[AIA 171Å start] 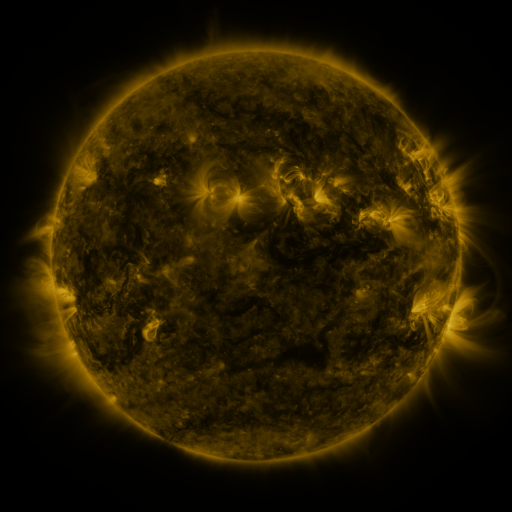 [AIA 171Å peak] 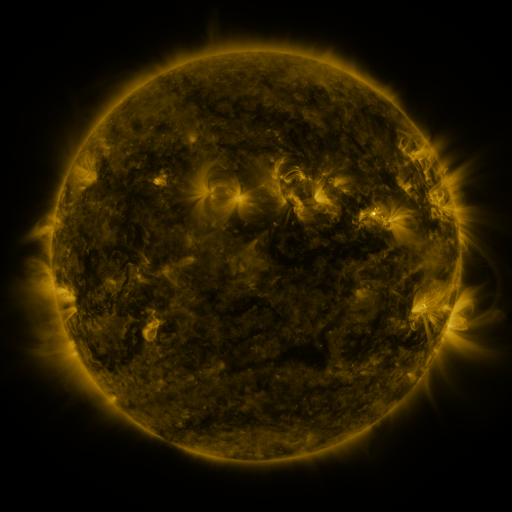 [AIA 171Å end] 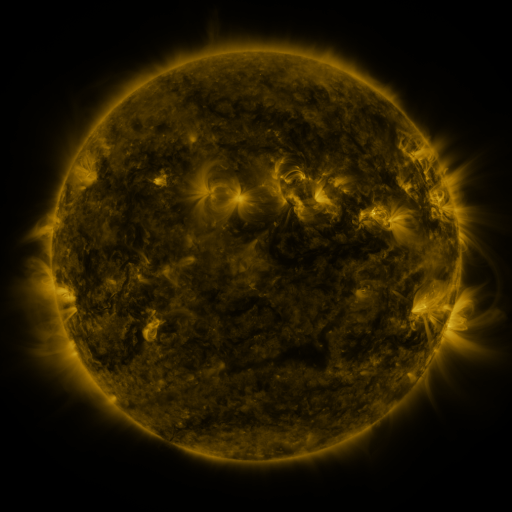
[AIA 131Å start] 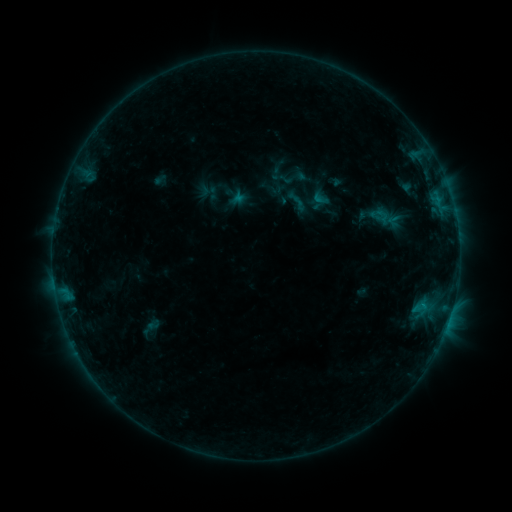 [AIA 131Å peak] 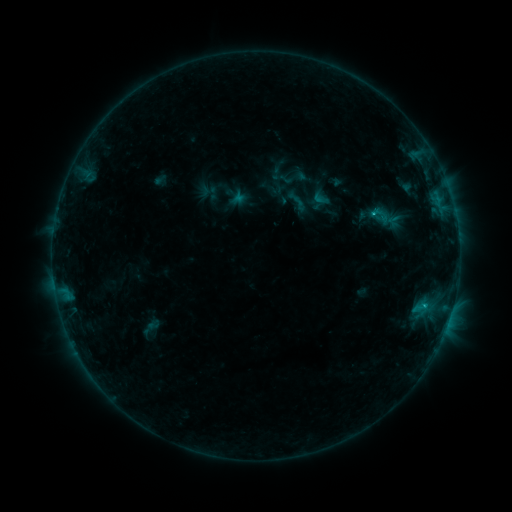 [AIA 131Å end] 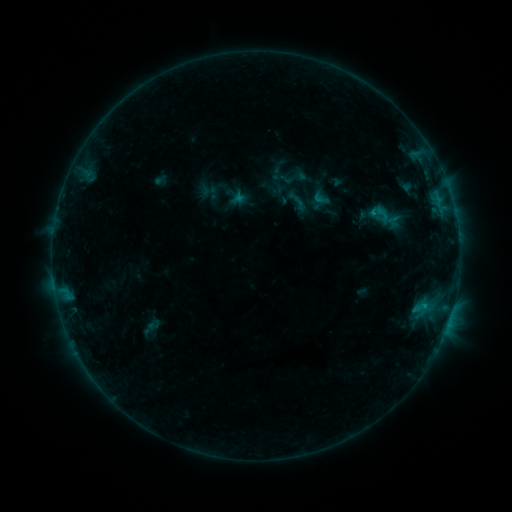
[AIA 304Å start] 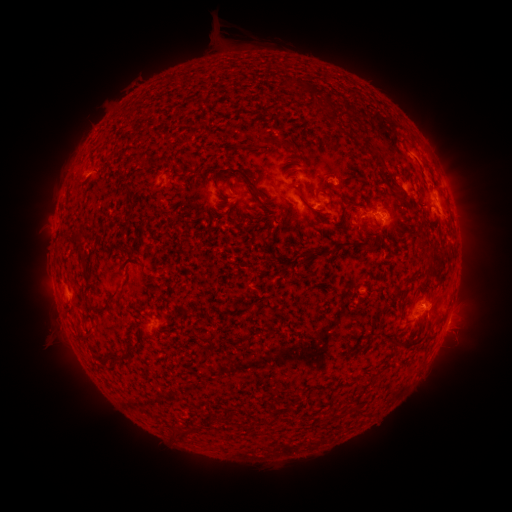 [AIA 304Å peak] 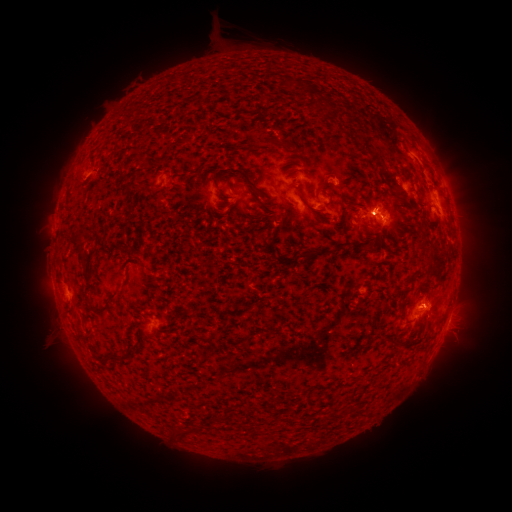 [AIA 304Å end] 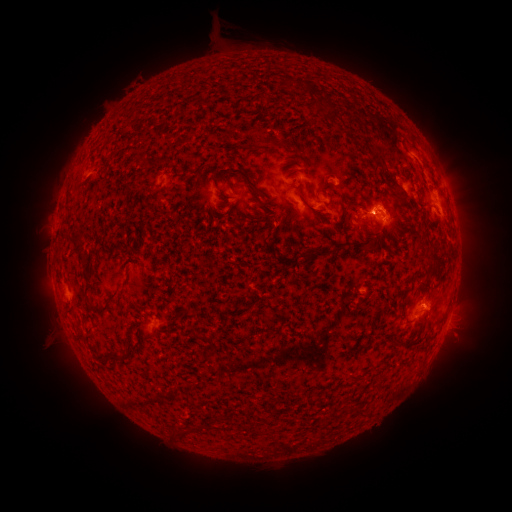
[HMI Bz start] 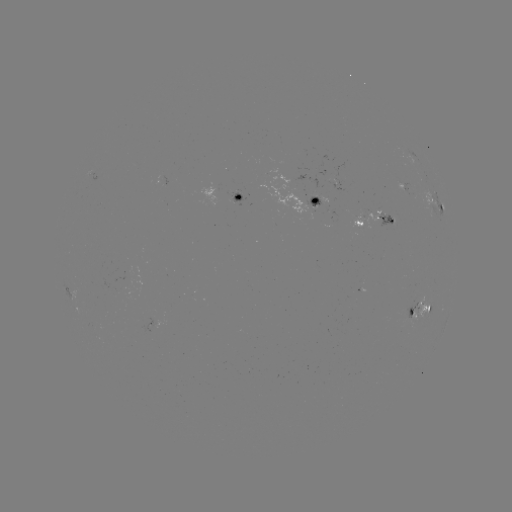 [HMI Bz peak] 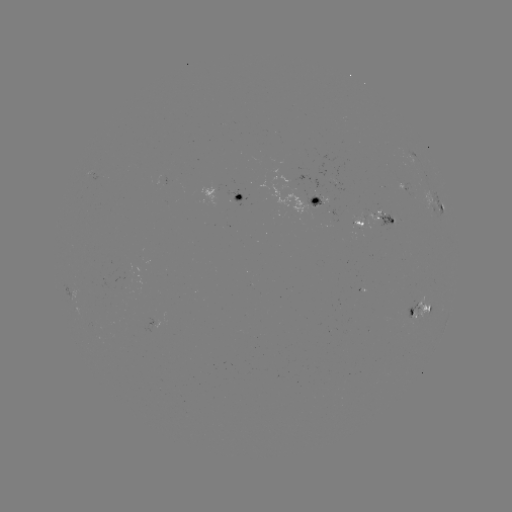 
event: flare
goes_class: B6.9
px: (372, 217)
